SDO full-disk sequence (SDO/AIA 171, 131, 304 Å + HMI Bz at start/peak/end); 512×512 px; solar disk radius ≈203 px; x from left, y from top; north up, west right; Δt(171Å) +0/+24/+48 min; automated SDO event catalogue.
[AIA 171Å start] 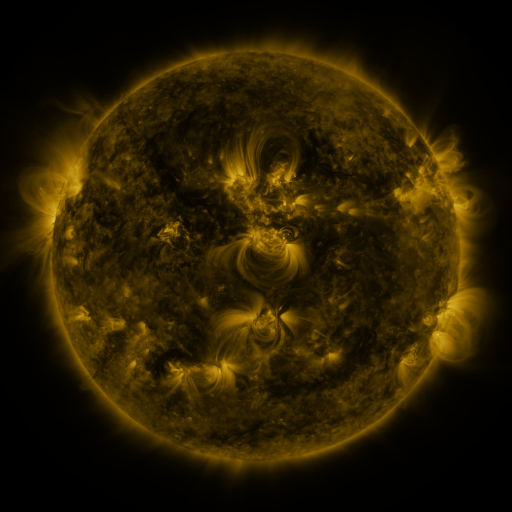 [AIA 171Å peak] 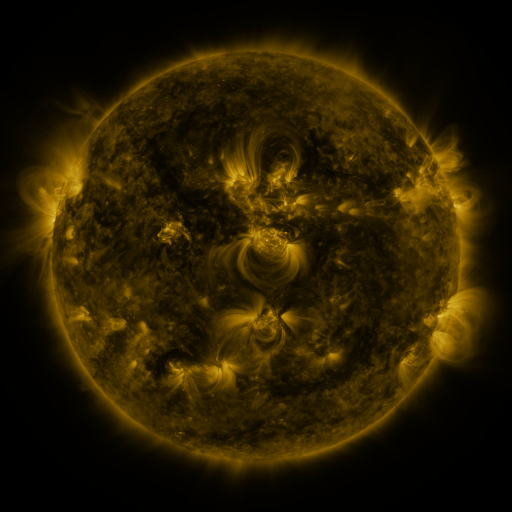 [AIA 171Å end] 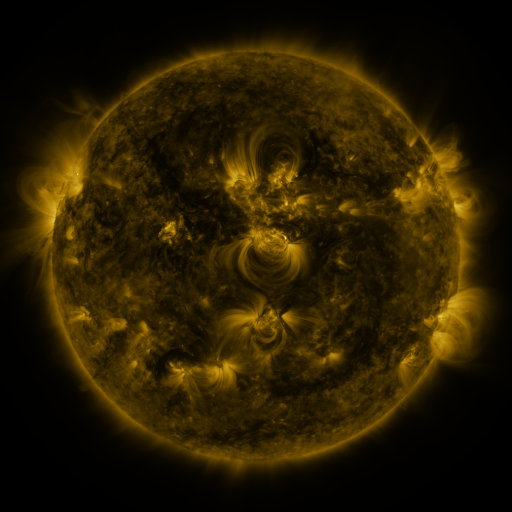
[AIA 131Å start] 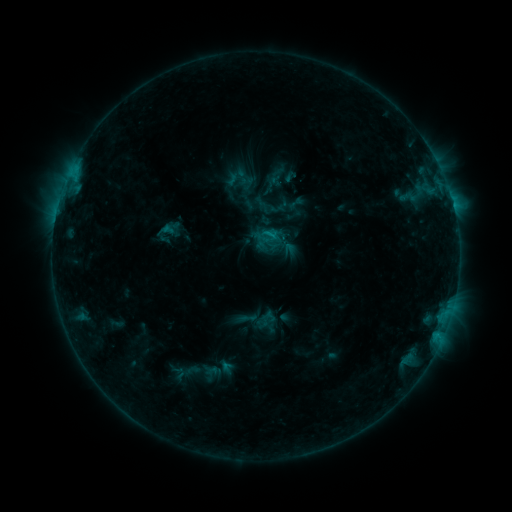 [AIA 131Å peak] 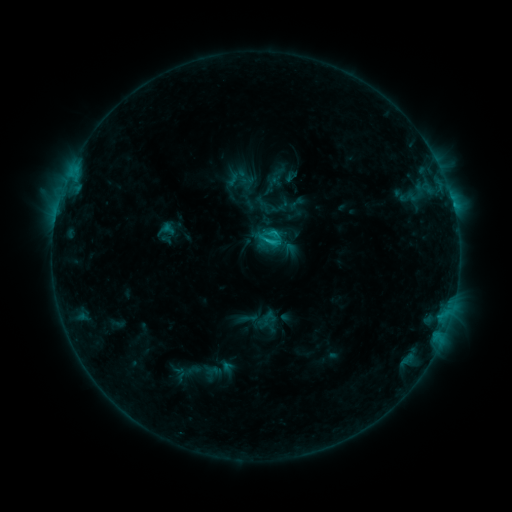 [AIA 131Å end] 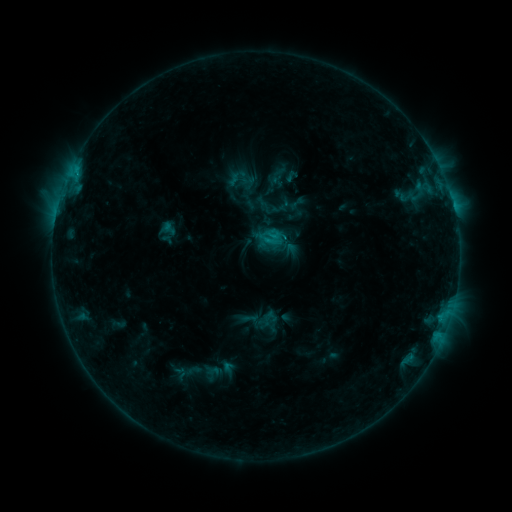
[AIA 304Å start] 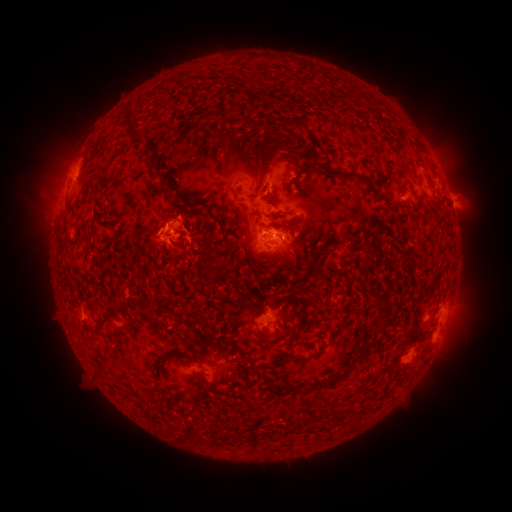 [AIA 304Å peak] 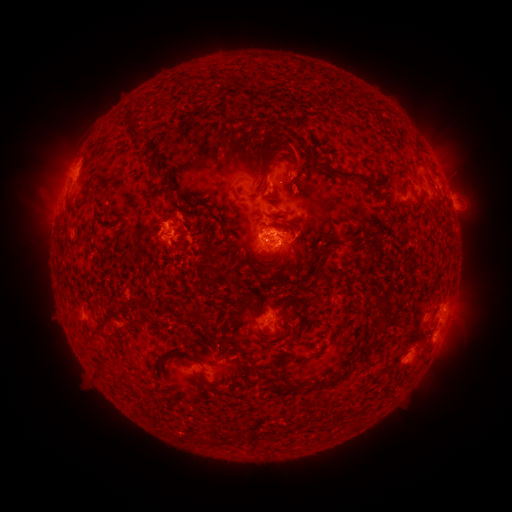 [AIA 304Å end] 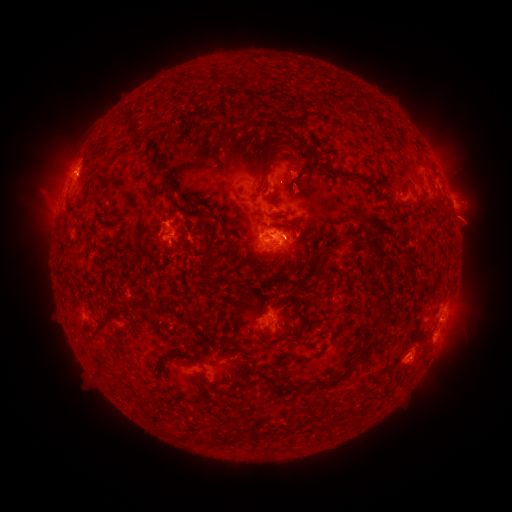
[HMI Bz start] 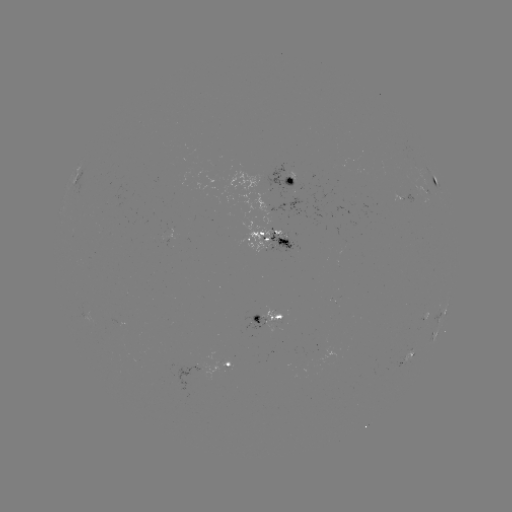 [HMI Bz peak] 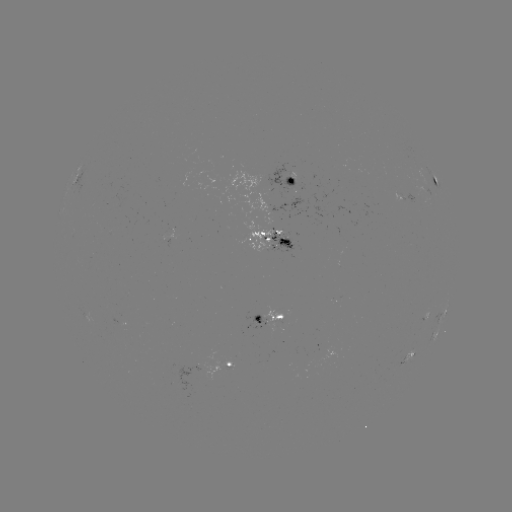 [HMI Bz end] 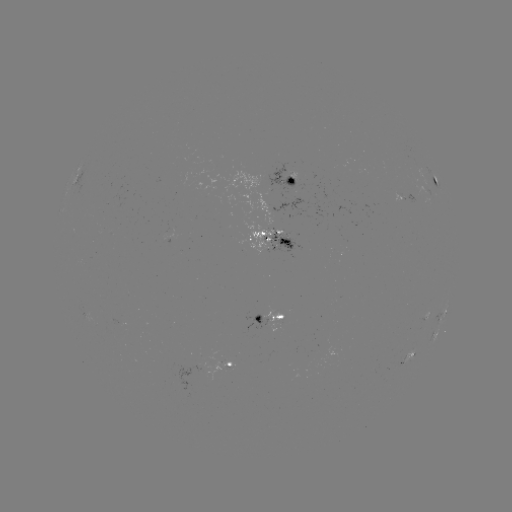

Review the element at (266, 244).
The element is C1.8 flare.